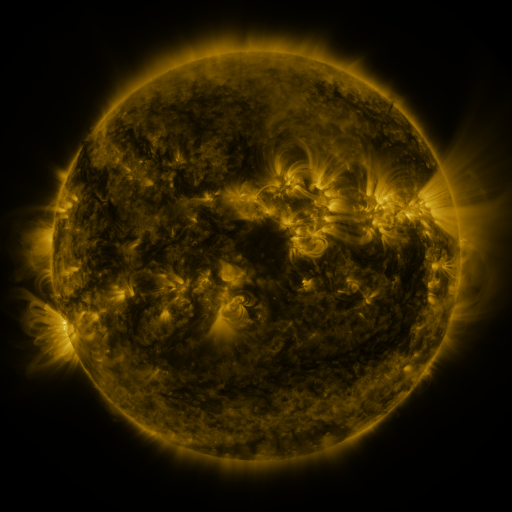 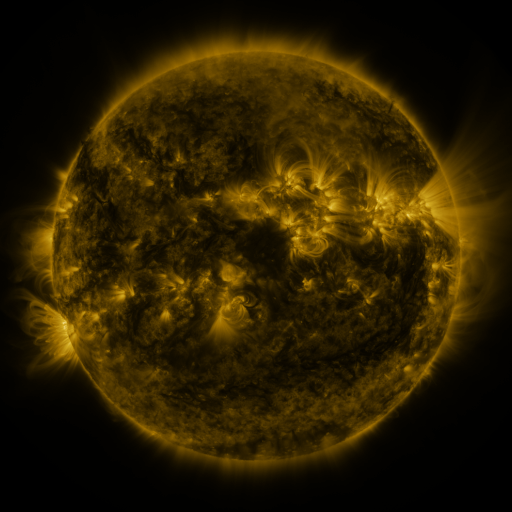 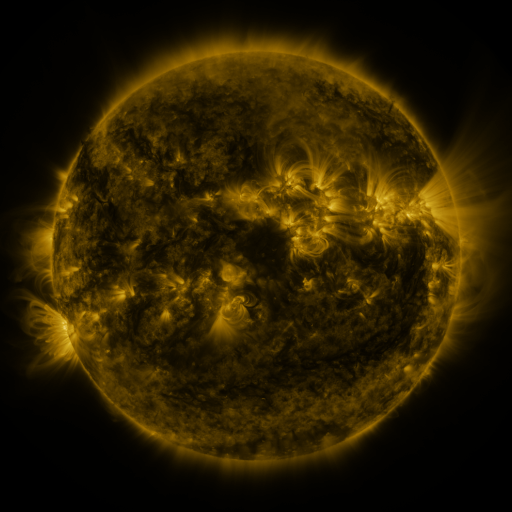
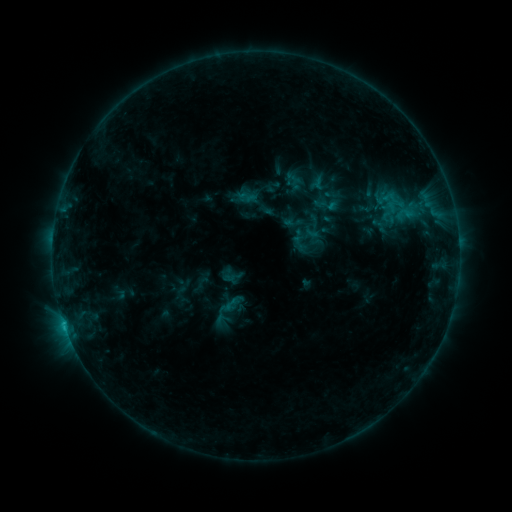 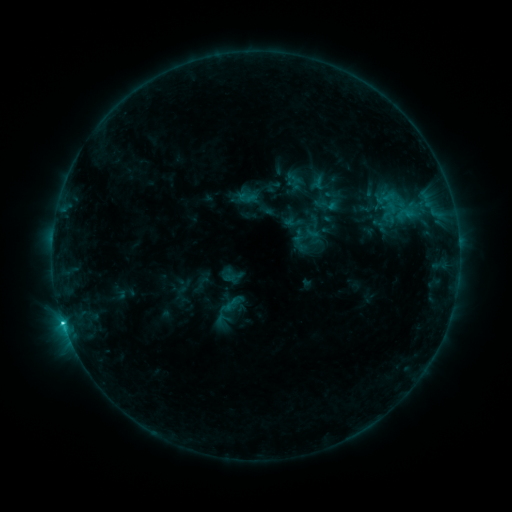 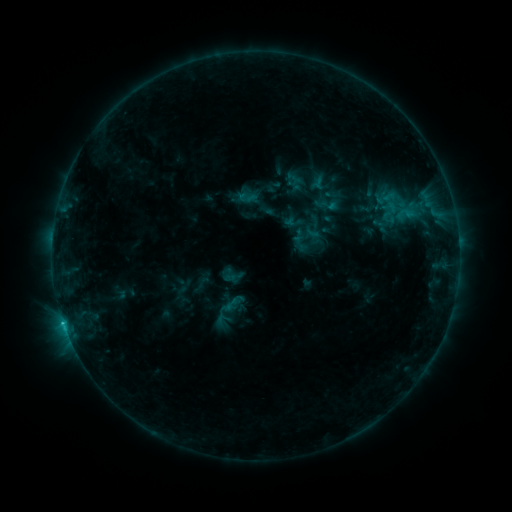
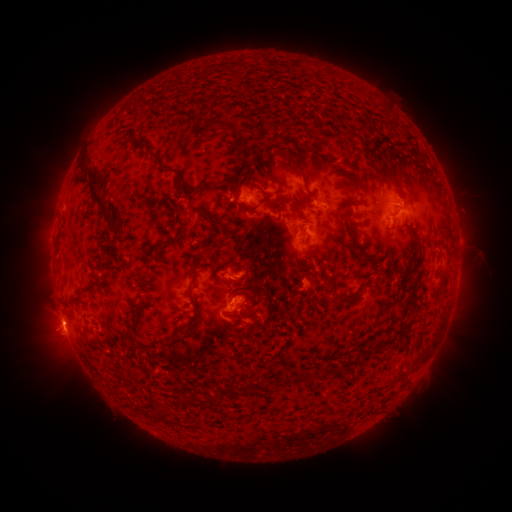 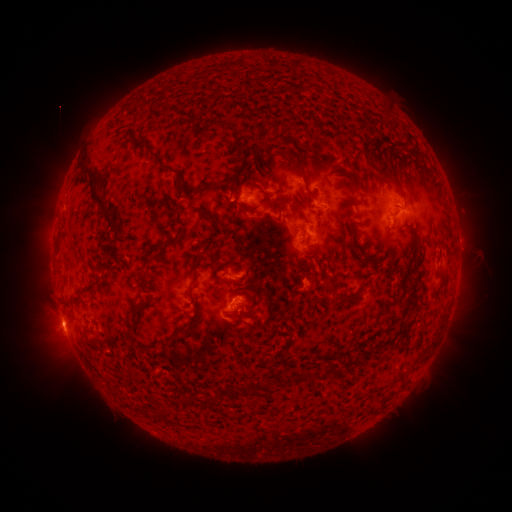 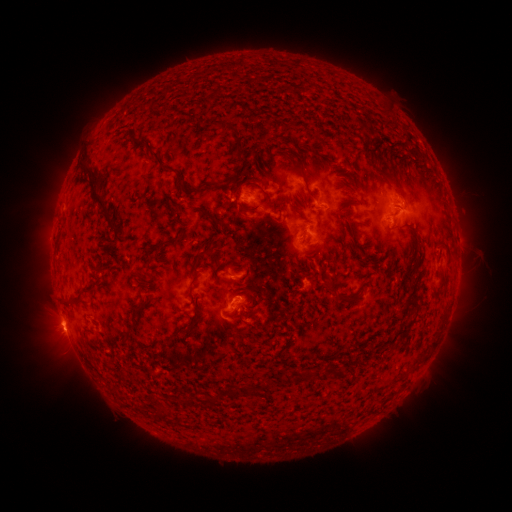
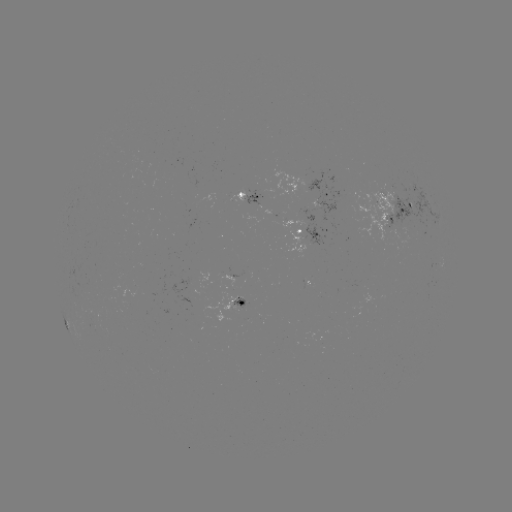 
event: flare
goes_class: C1.6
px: (65, 319)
